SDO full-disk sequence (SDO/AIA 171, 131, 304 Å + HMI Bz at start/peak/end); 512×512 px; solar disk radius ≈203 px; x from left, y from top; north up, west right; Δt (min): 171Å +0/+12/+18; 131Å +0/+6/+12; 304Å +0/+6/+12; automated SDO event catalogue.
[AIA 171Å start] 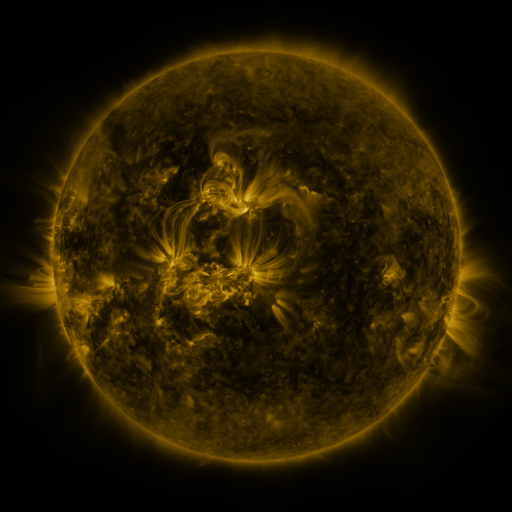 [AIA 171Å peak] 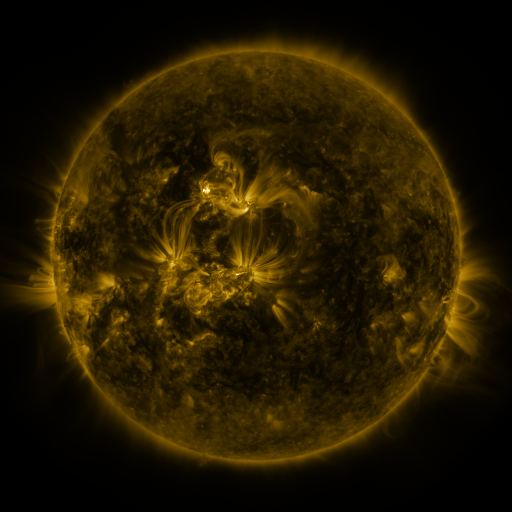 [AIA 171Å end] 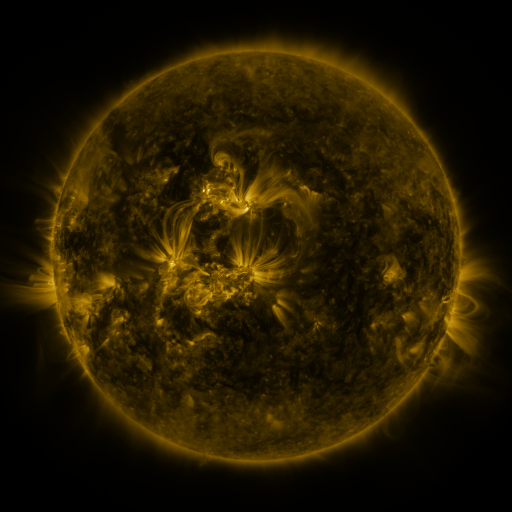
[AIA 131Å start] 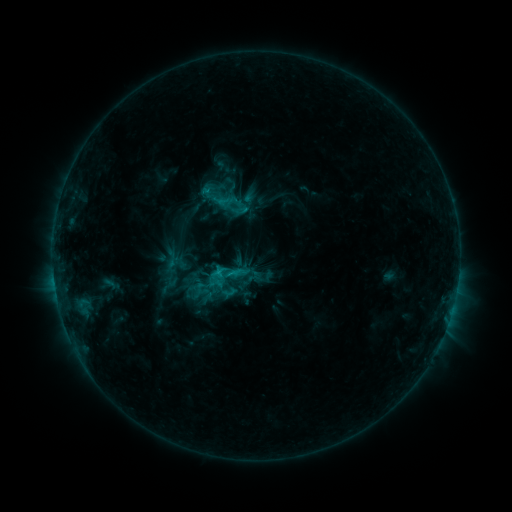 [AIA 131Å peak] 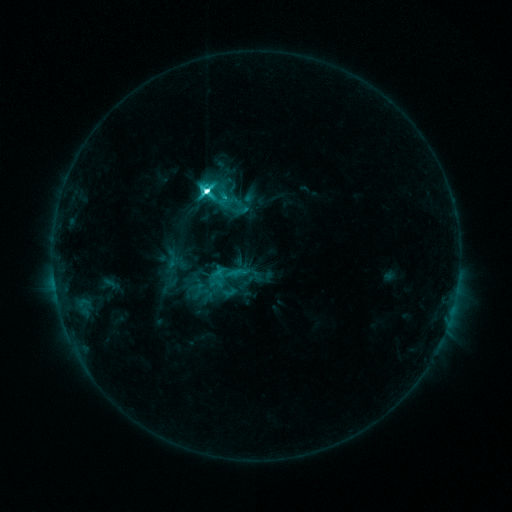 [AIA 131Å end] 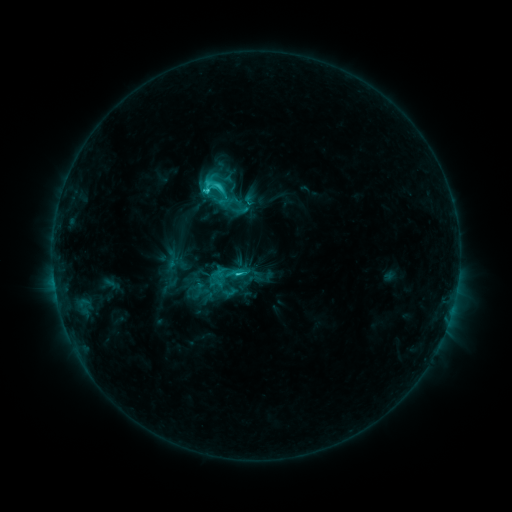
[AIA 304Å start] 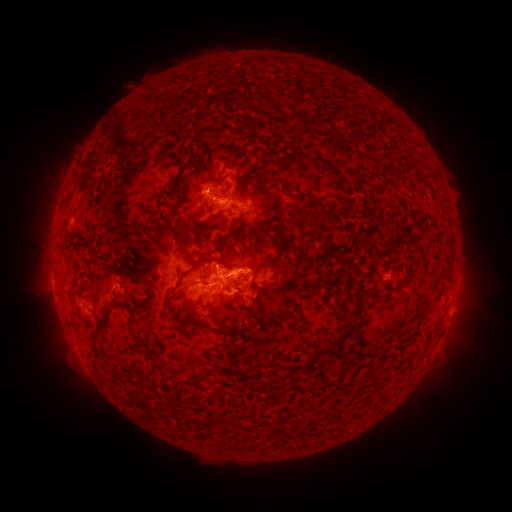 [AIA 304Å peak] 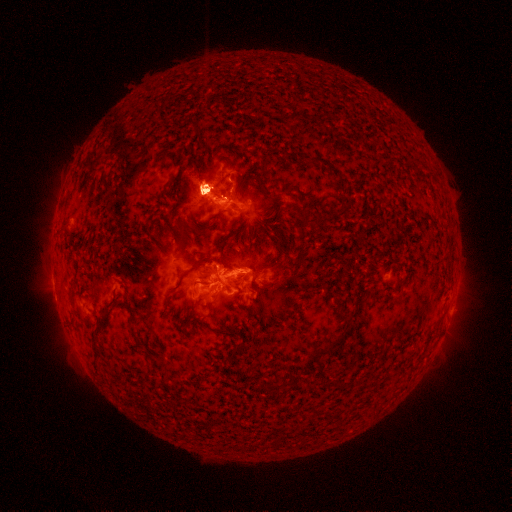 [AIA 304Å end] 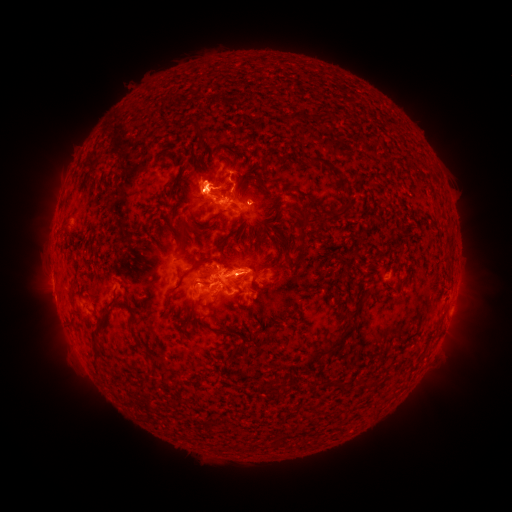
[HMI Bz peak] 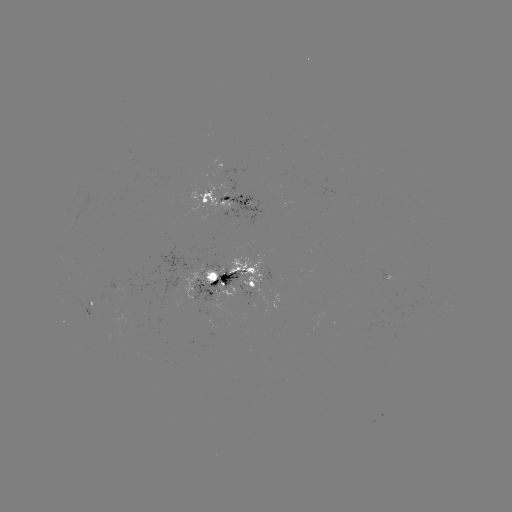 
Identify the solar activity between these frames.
eruption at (53, 318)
